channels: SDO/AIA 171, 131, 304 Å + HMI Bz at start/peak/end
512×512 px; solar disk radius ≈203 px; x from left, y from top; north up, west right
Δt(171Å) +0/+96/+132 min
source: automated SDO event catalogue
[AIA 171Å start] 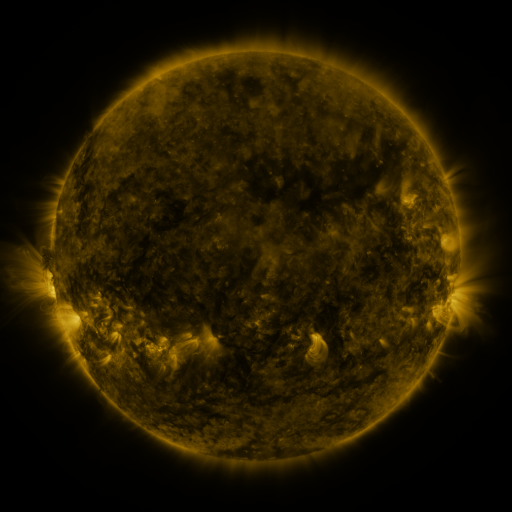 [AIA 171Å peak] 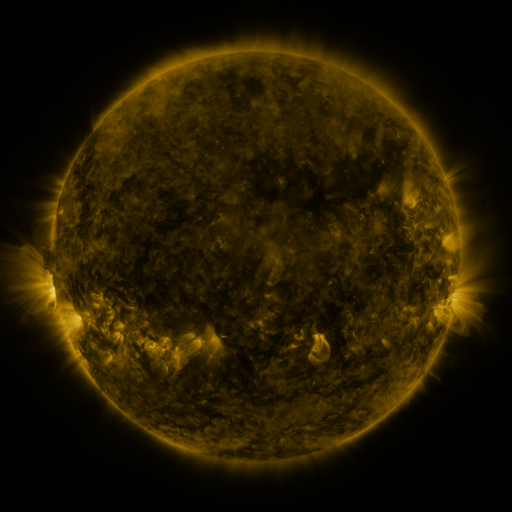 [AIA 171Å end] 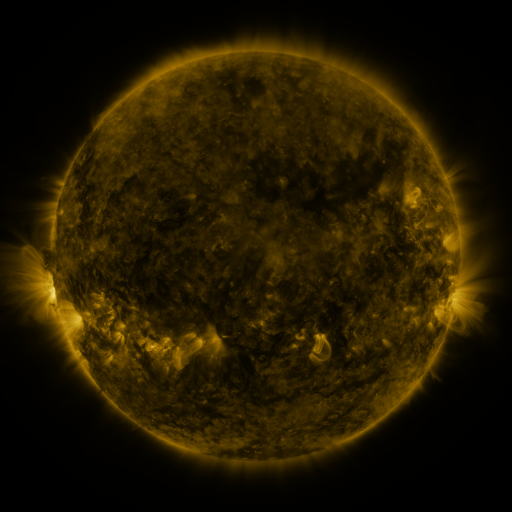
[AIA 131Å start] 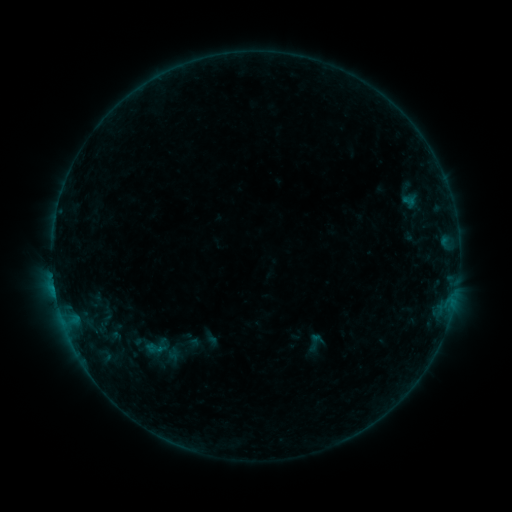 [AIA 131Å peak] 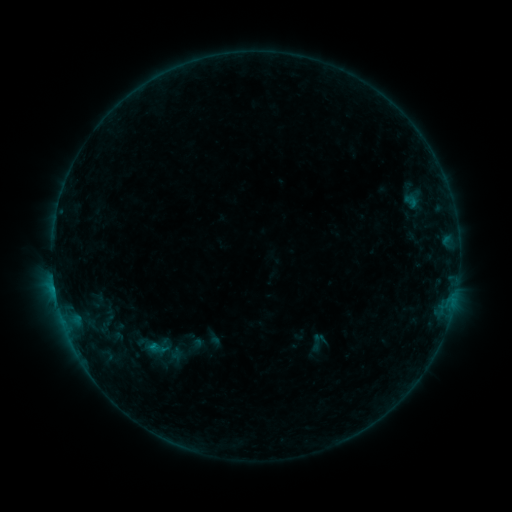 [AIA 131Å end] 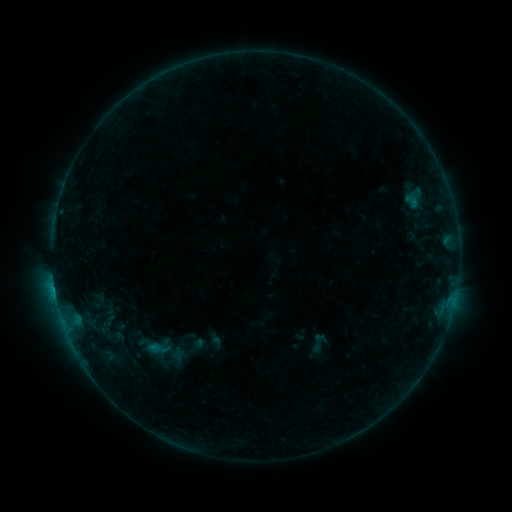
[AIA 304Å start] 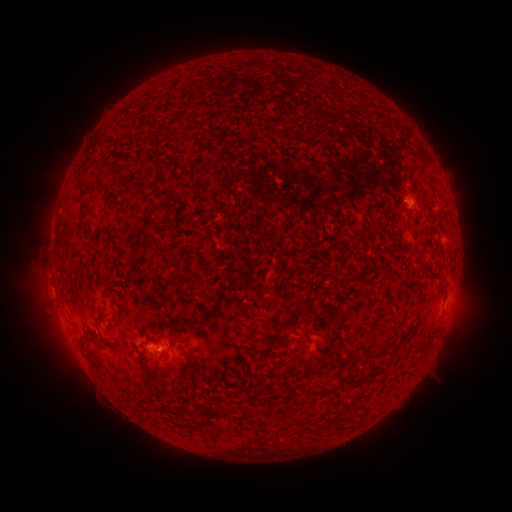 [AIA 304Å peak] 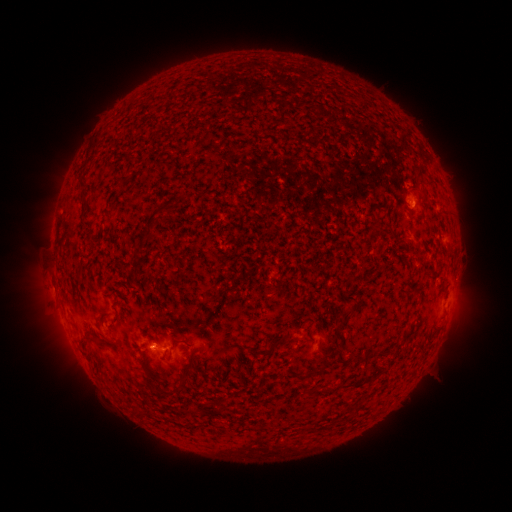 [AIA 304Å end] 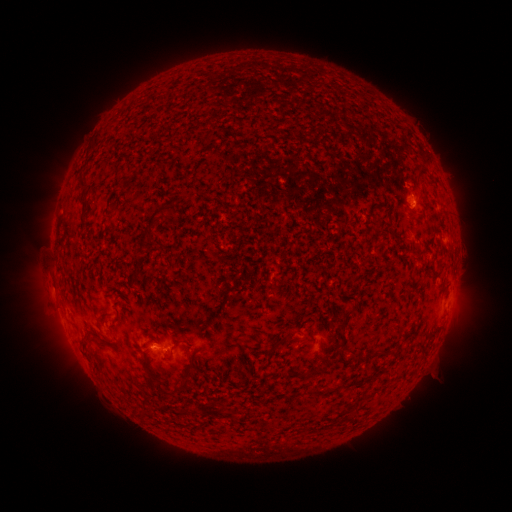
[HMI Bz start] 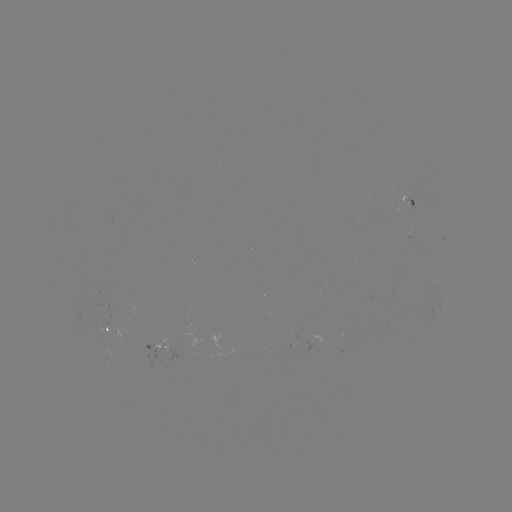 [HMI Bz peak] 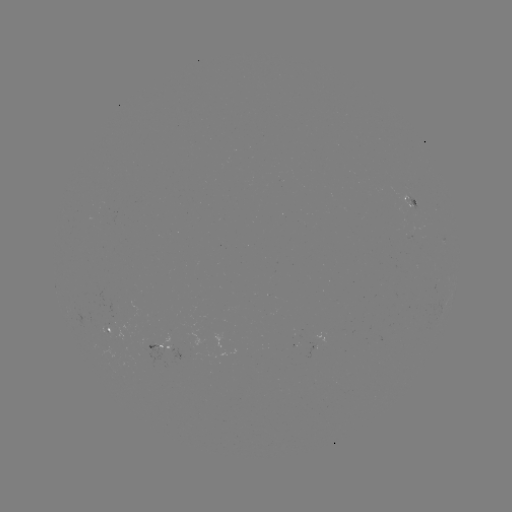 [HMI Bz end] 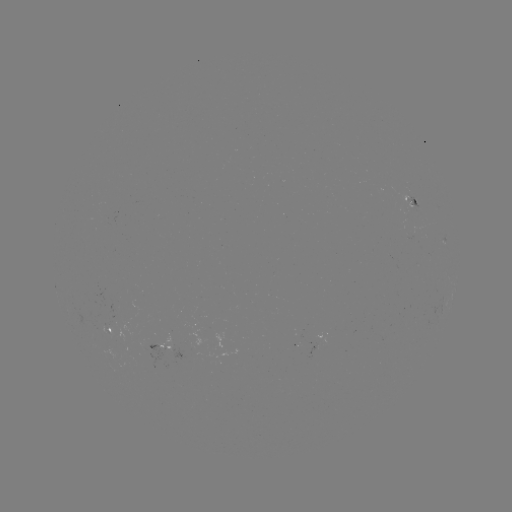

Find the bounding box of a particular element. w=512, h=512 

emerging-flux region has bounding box [140, 342, 170, 370].